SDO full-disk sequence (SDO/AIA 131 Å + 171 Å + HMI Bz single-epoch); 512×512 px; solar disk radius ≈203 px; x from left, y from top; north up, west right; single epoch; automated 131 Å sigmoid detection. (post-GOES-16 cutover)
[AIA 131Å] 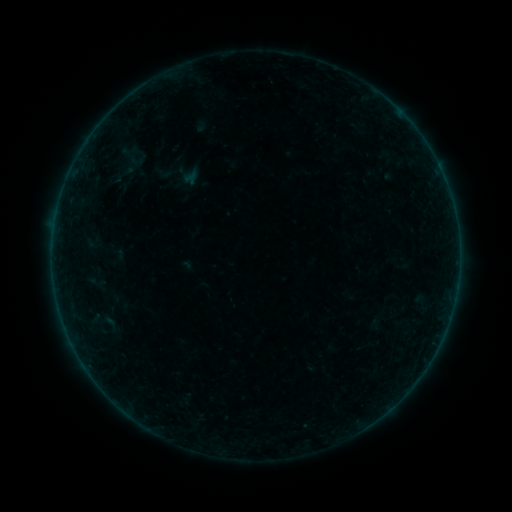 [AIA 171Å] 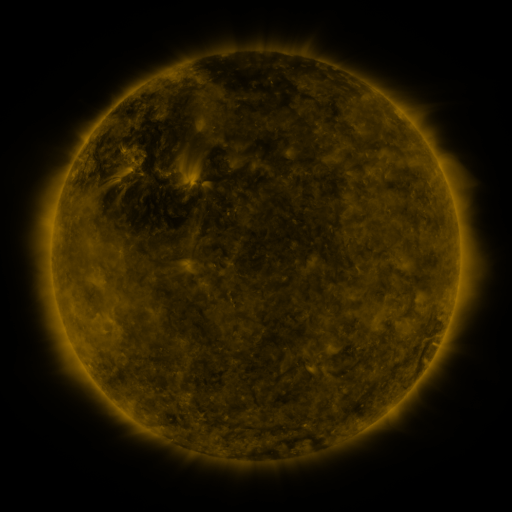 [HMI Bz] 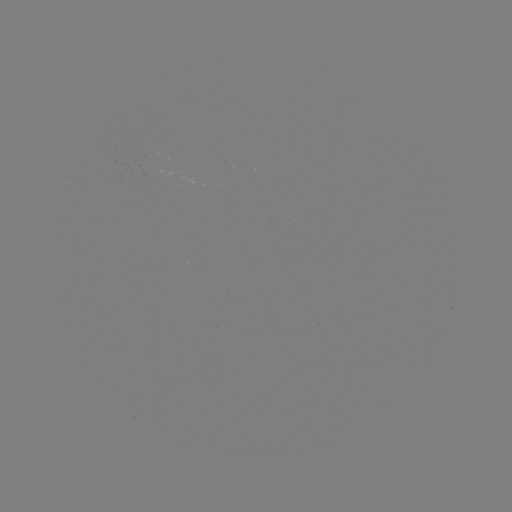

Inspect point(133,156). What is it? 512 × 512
sigmoid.